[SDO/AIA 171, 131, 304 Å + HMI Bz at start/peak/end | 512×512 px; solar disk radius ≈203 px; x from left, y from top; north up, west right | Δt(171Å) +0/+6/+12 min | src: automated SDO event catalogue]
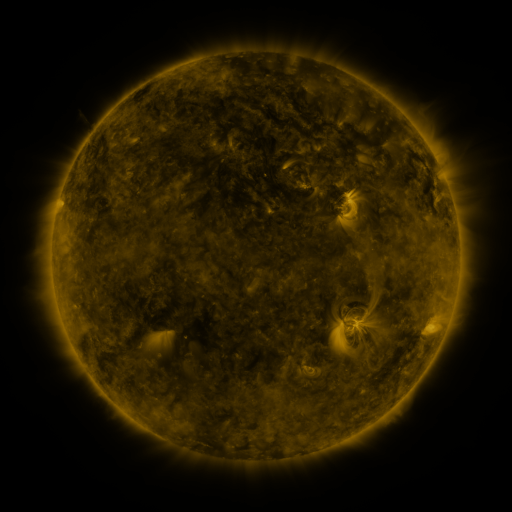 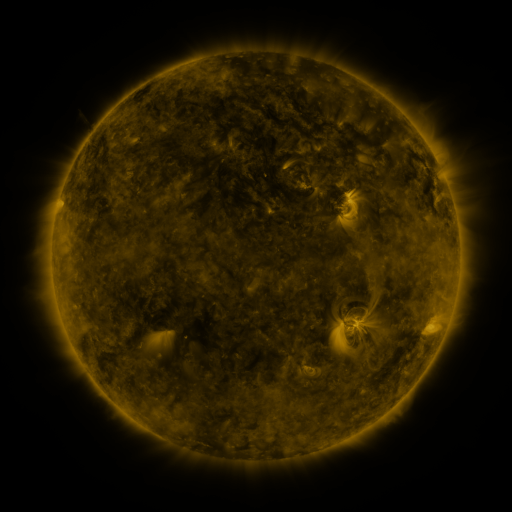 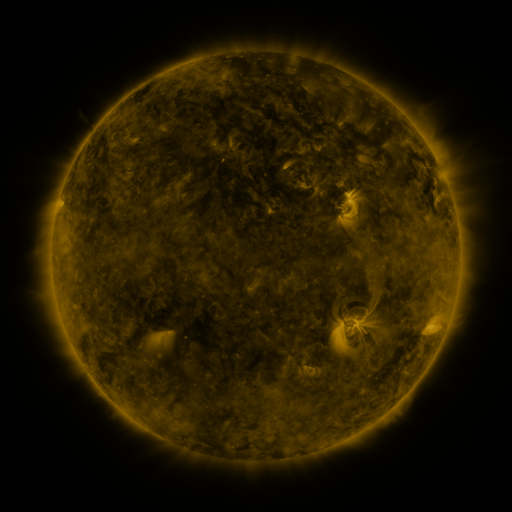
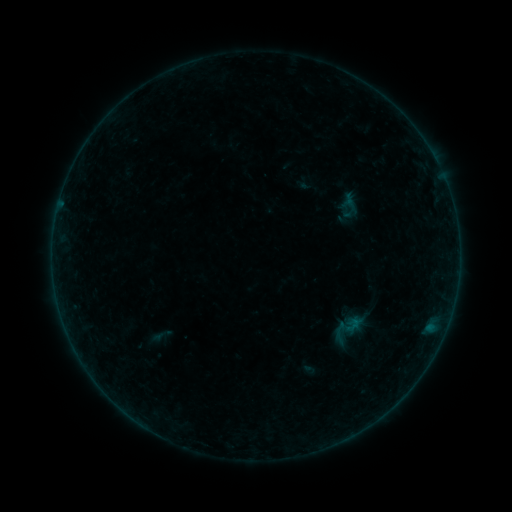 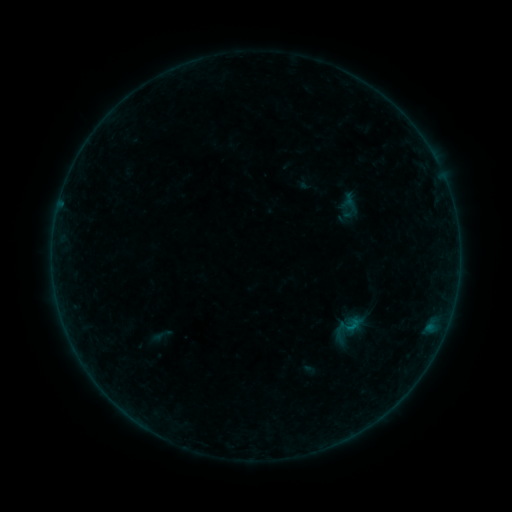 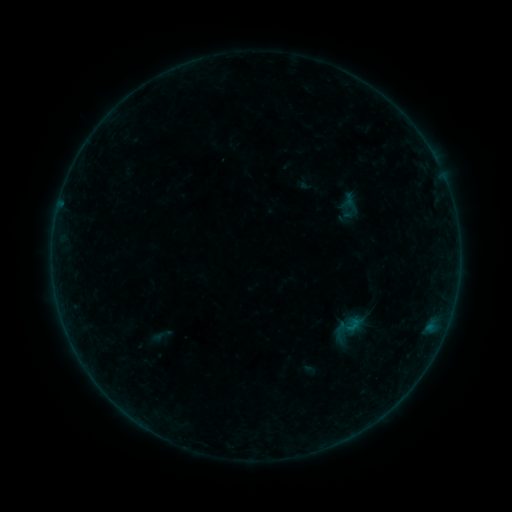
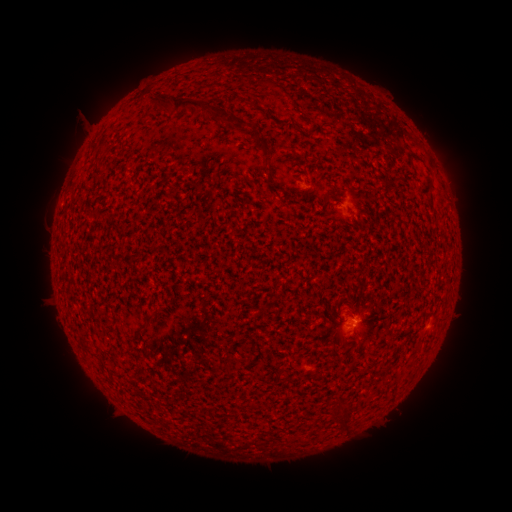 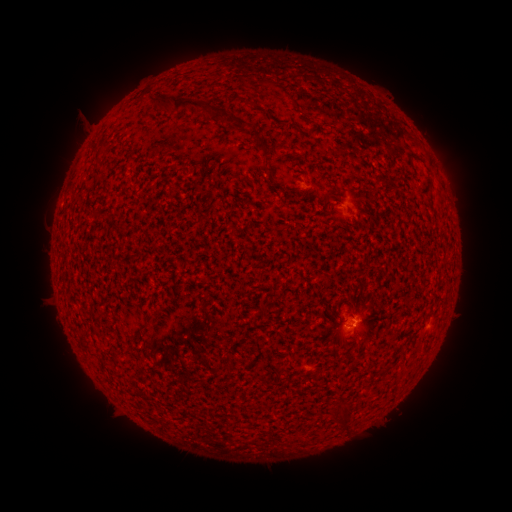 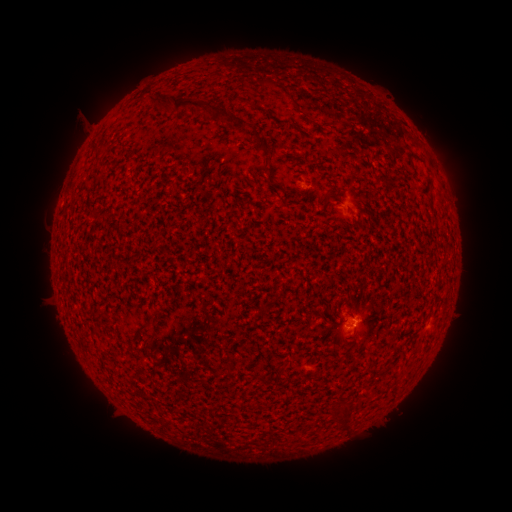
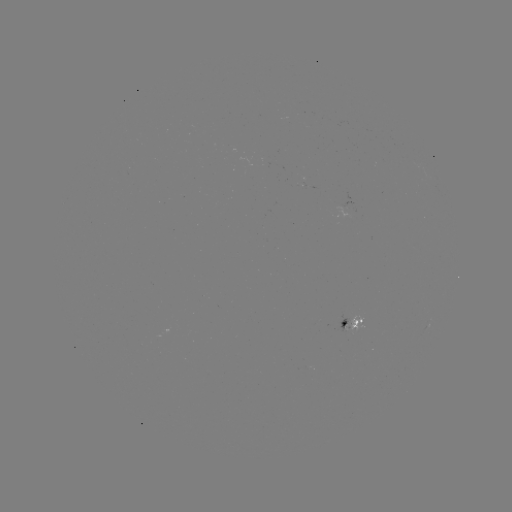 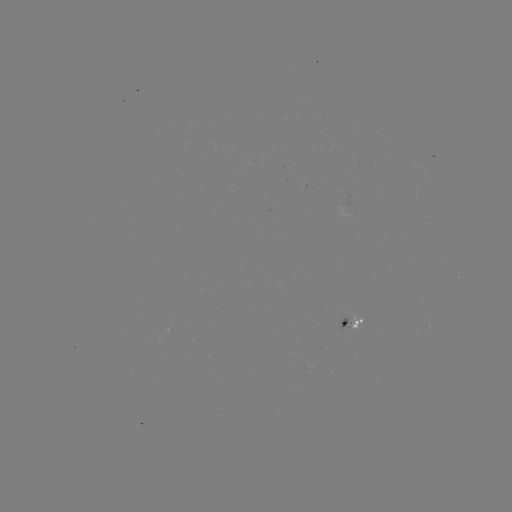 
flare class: B1.3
